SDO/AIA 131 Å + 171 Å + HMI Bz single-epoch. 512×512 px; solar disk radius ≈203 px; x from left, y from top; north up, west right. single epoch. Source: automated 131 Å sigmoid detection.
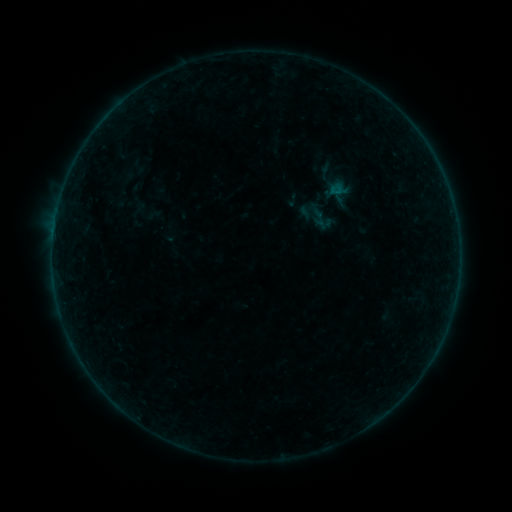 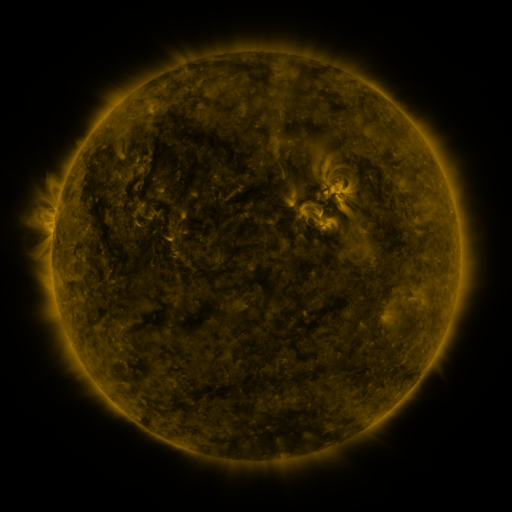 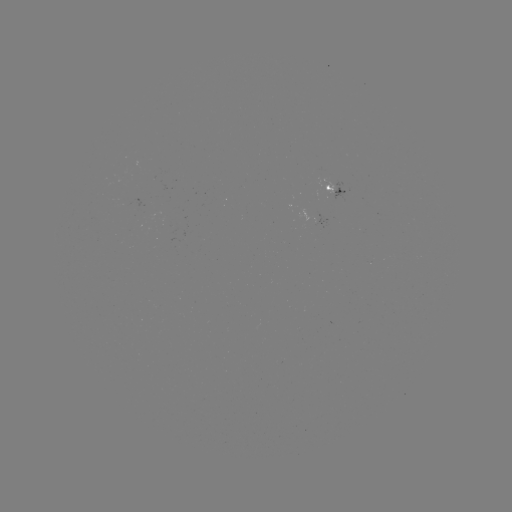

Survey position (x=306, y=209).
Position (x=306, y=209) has sigmoid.